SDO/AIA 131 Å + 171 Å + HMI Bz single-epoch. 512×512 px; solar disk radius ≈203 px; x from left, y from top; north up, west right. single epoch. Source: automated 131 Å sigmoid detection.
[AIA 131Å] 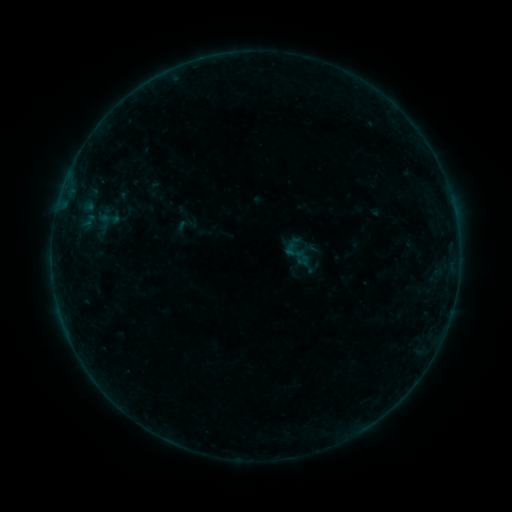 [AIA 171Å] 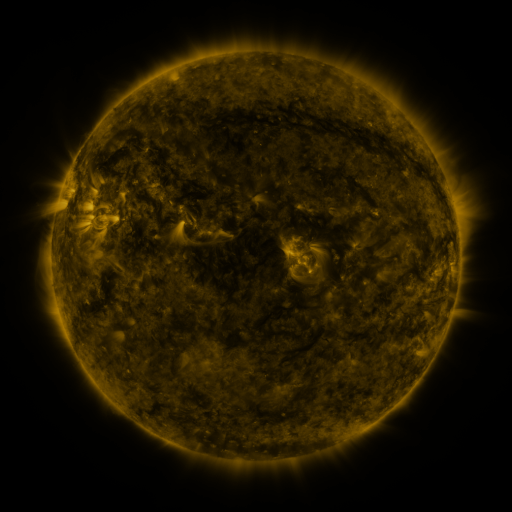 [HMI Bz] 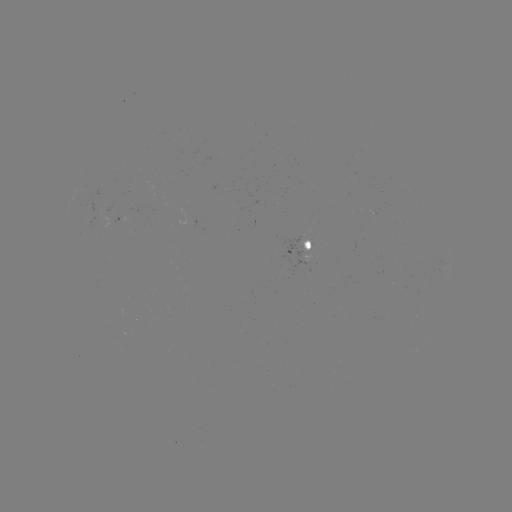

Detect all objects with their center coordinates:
sigmoid: (294, 251)
